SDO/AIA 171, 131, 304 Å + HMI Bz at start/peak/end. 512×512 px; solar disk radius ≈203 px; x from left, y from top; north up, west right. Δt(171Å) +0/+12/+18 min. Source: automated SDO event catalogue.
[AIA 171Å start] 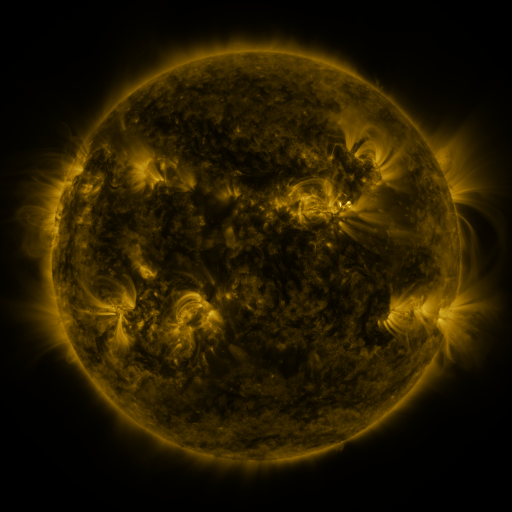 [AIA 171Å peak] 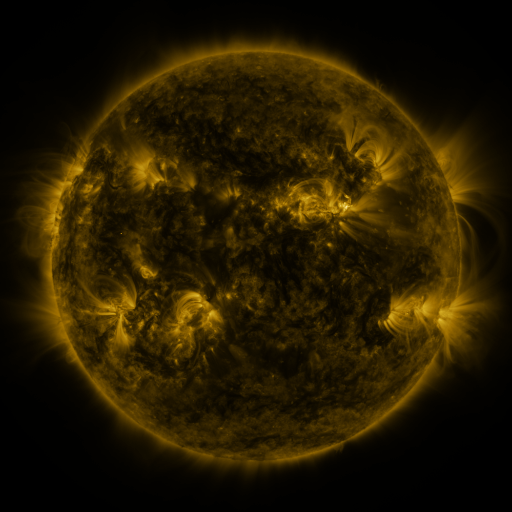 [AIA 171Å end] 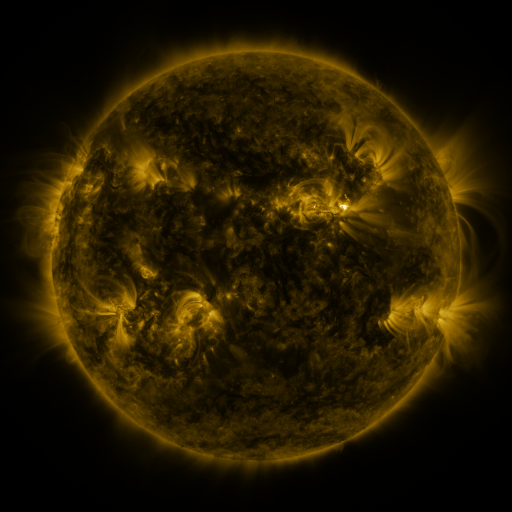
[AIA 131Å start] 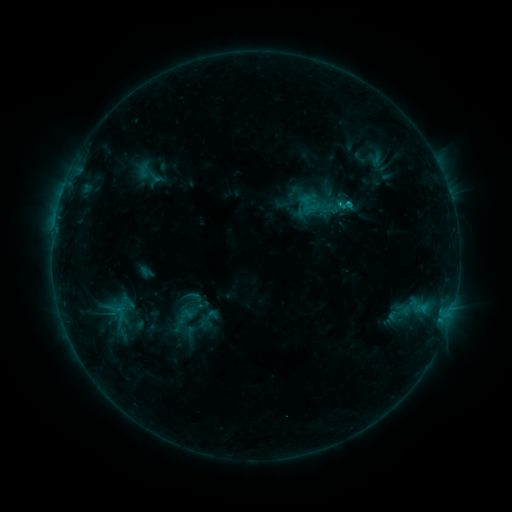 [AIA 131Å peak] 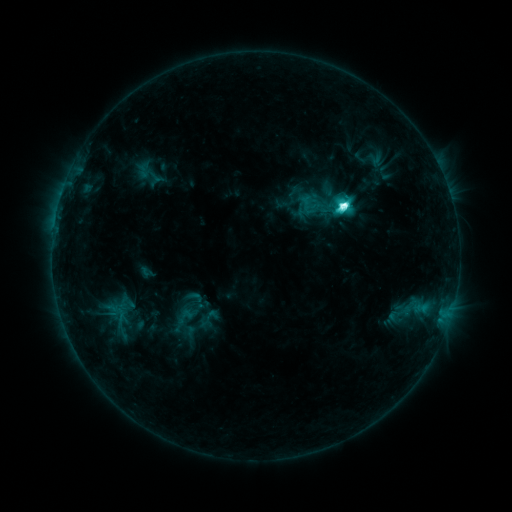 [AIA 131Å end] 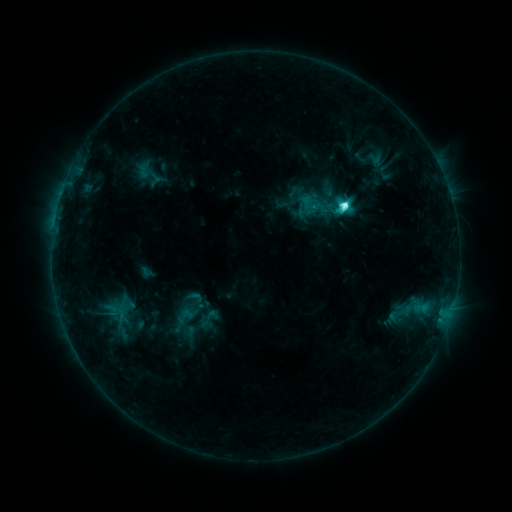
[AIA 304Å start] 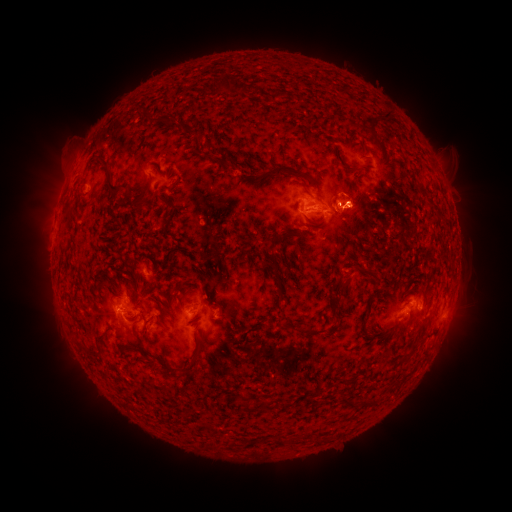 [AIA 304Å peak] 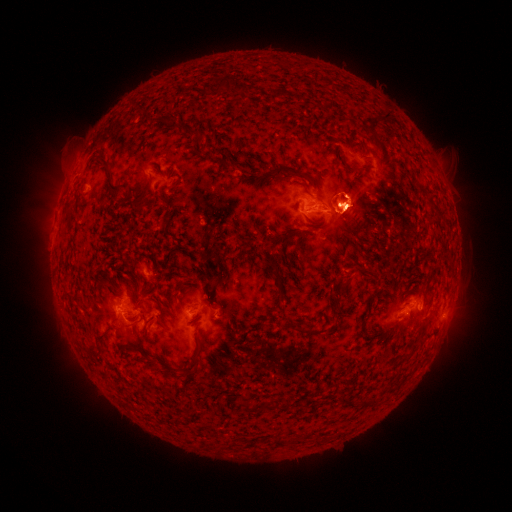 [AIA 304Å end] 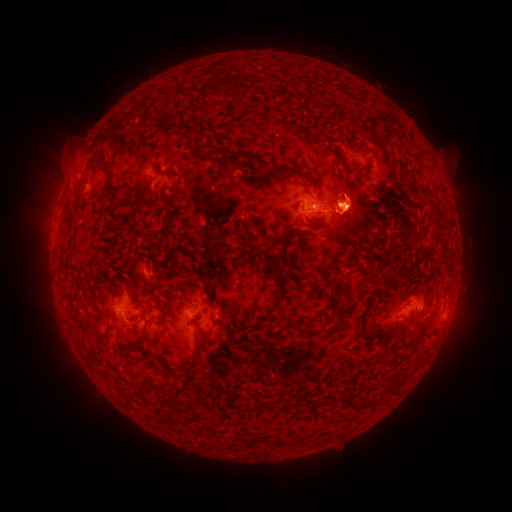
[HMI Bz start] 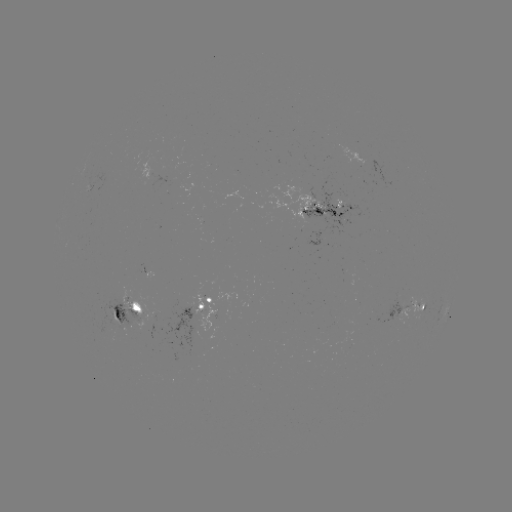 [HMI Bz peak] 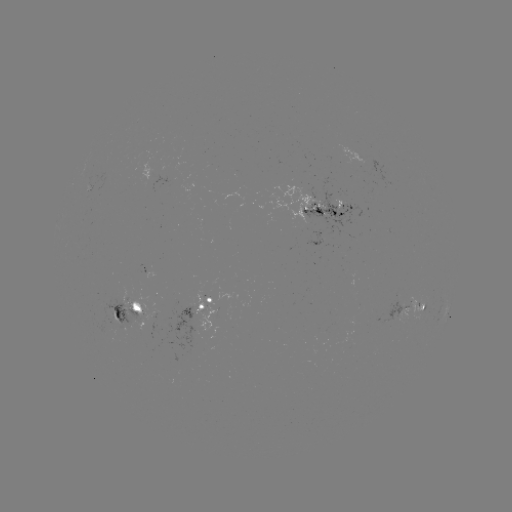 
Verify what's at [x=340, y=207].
M1.1 flare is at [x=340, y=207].